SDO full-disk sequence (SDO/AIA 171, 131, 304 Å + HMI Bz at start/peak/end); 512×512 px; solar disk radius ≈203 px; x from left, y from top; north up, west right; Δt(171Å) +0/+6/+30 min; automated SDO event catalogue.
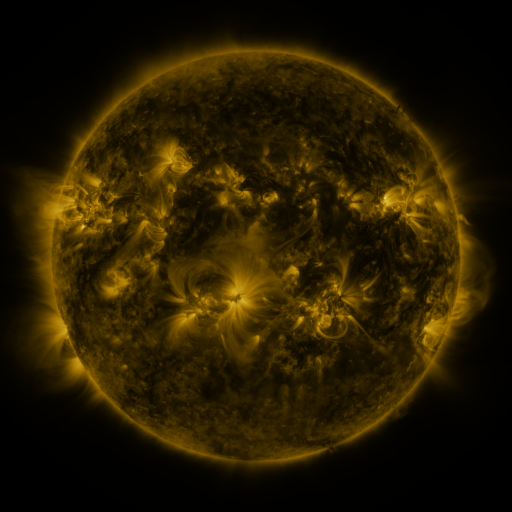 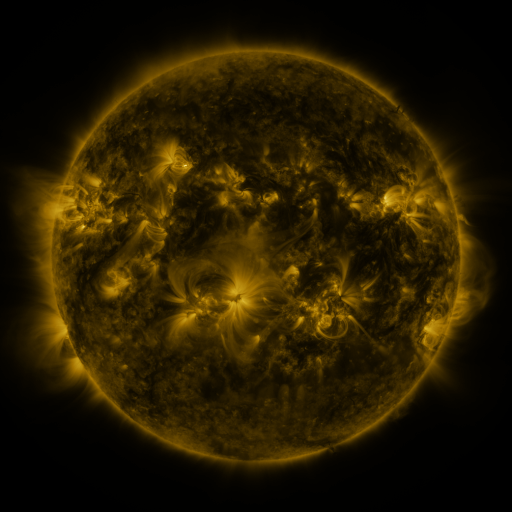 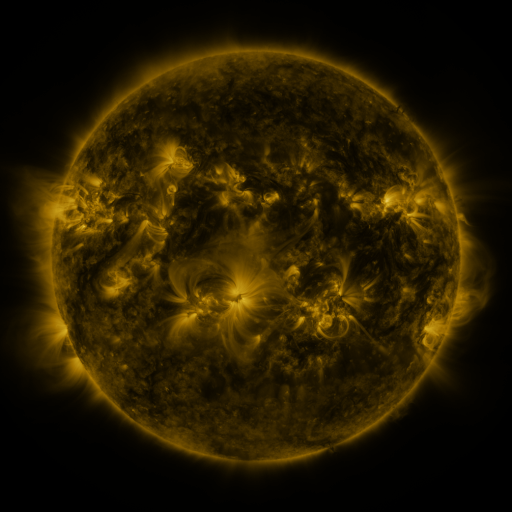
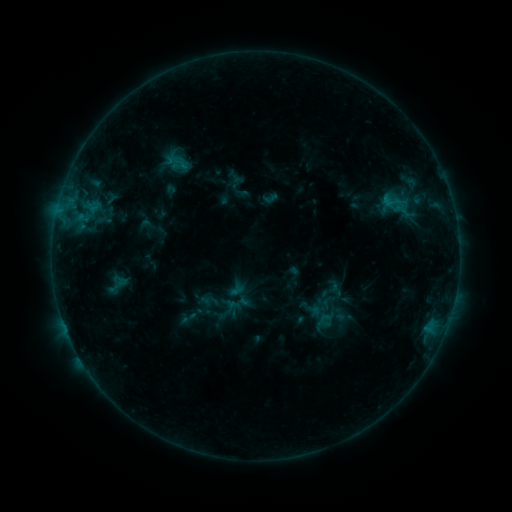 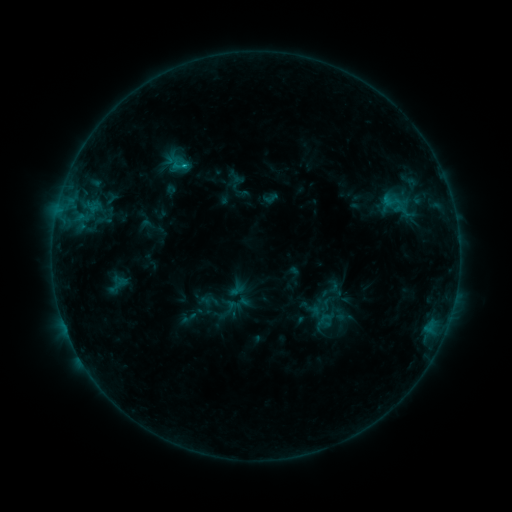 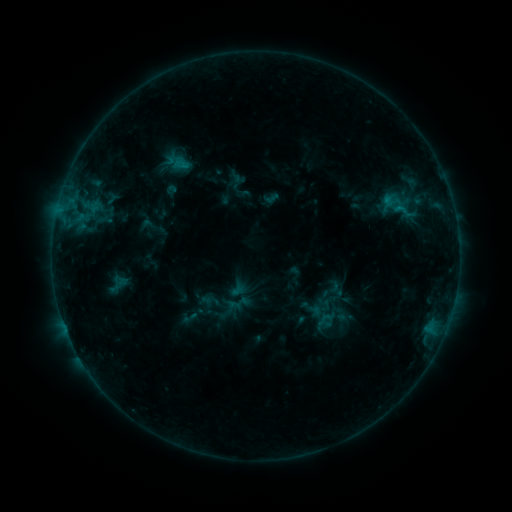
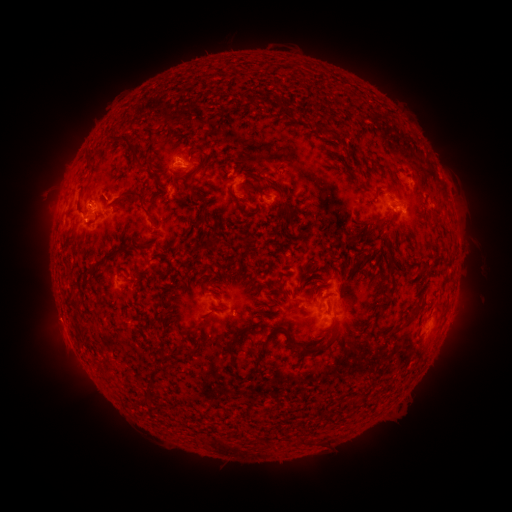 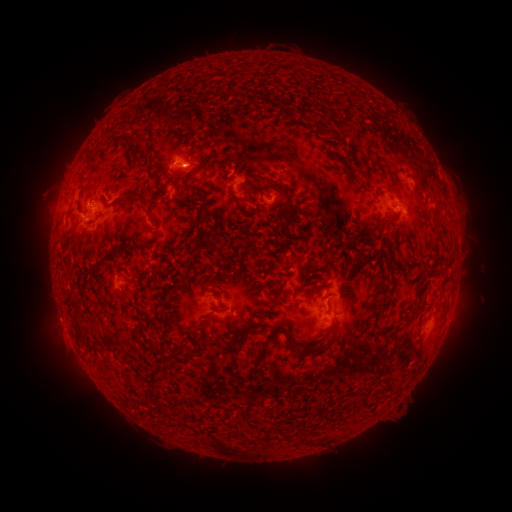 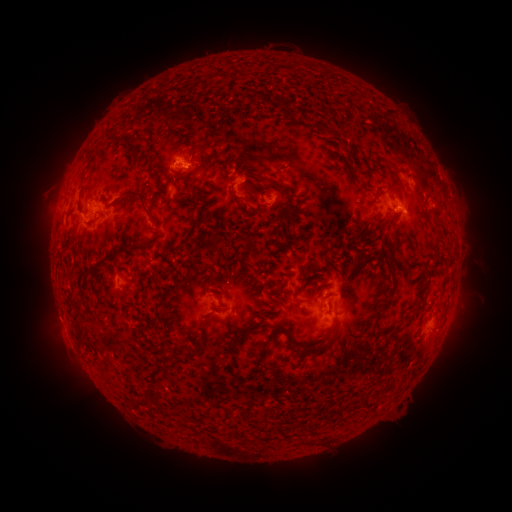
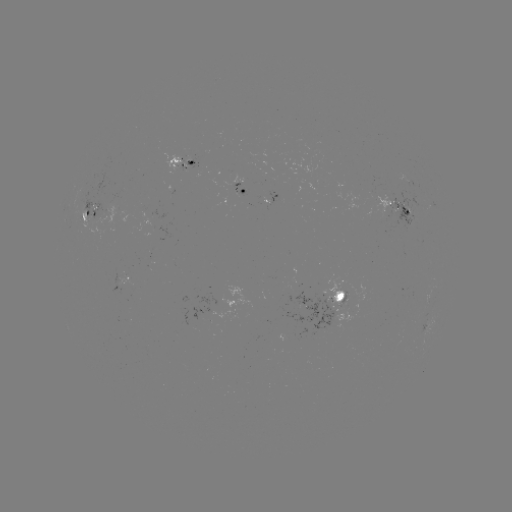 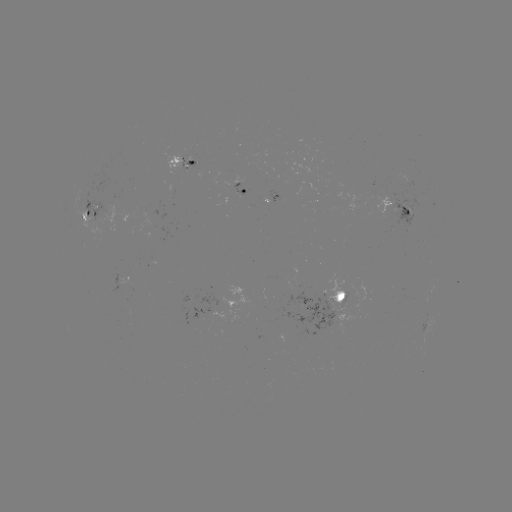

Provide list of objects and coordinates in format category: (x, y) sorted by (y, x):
B8.3 flare: (184, 167)
